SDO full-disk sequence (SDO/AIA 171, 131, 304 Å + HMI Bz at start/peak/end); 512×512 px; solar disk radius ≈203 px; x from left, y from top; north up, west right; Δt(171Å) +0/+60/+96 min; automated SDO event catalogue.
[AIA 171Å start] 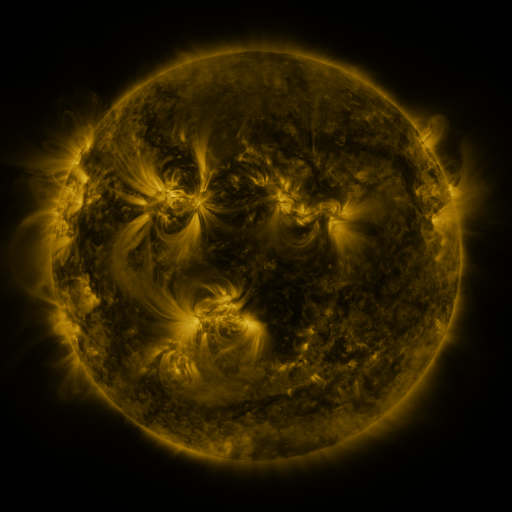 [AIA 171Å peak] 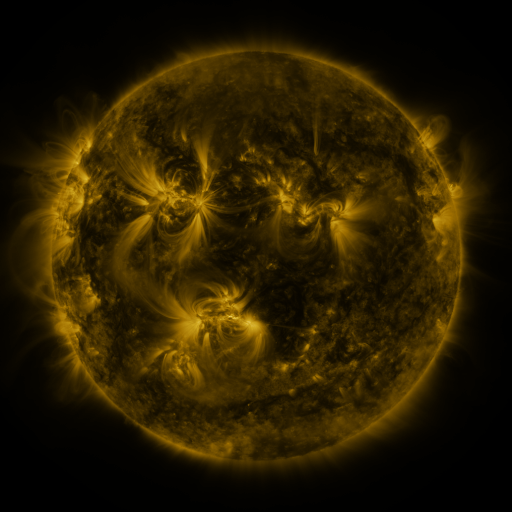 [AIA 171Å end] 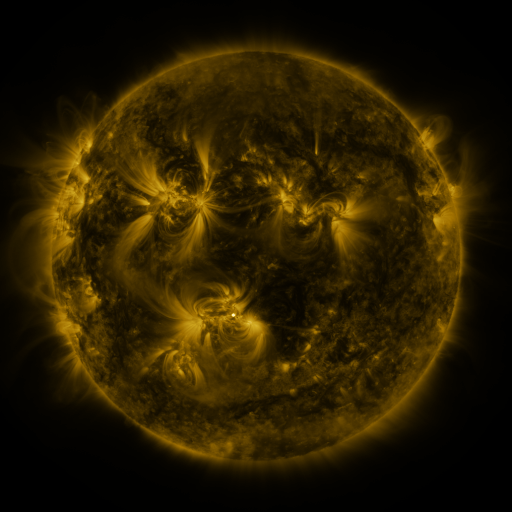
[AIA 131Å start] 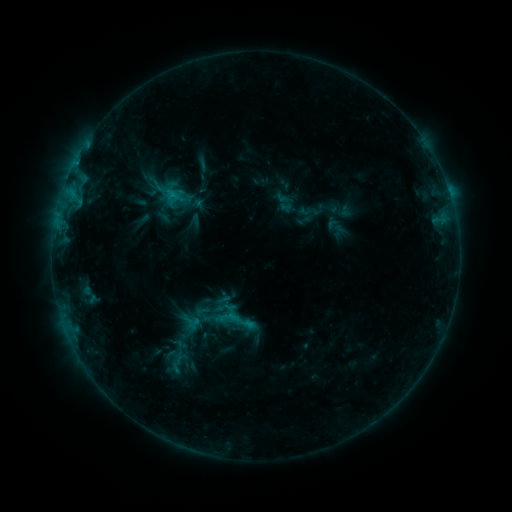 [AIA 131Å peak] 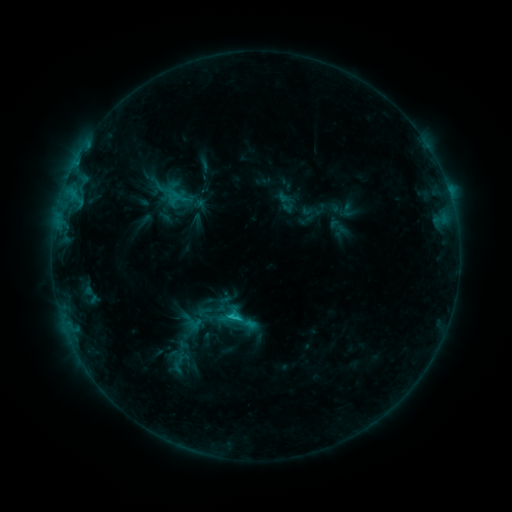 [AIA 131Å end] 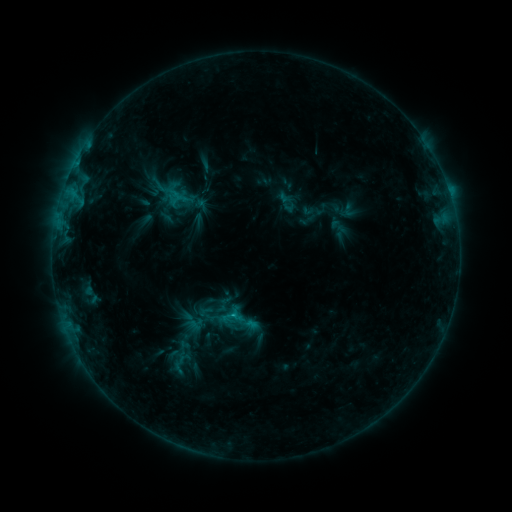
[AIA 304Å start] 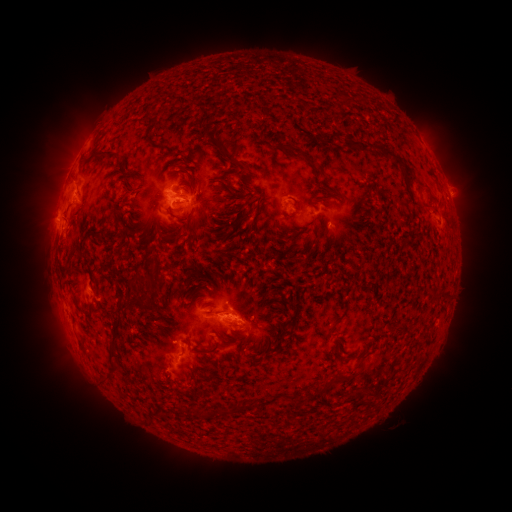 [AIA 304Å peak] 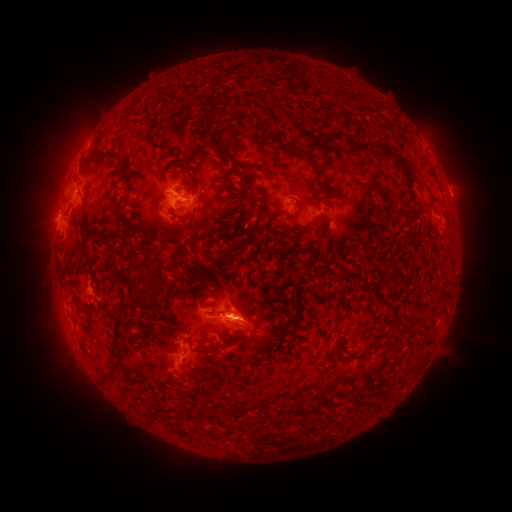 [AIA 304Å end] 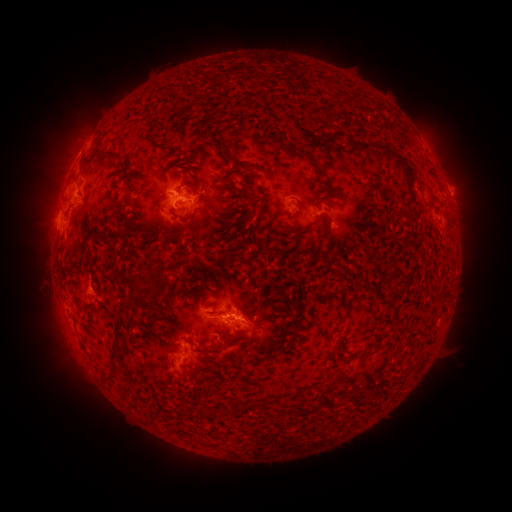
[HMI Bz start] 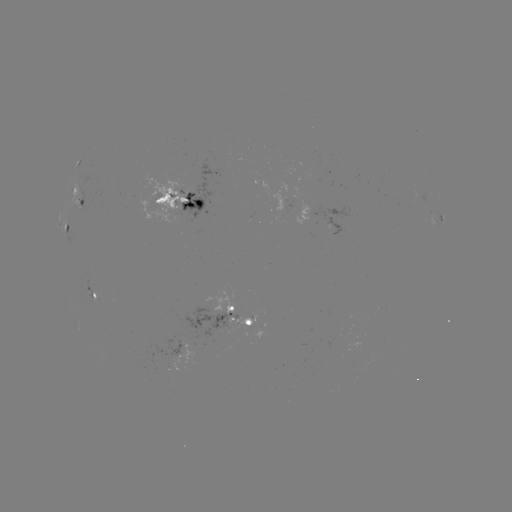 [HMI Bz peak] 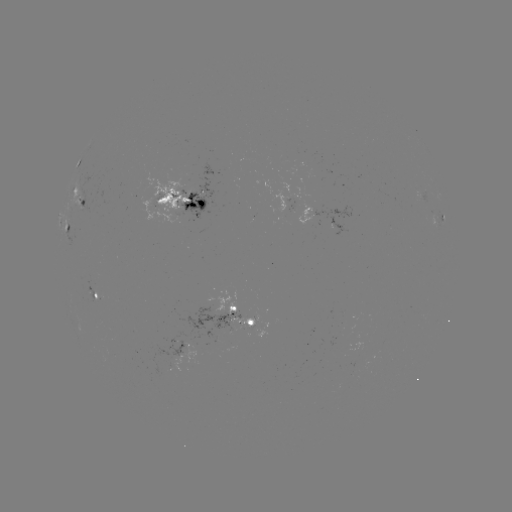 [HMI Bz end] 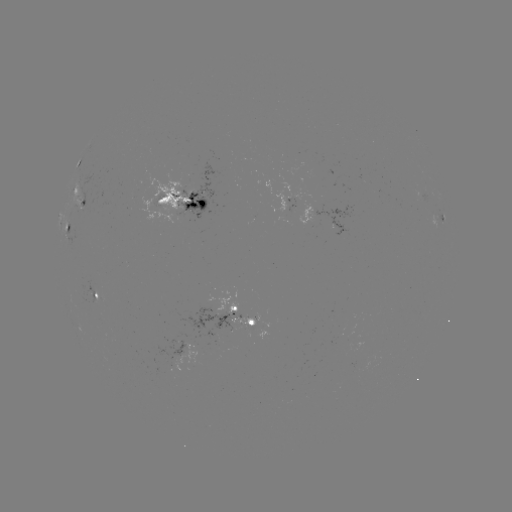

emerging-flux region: <bbox>269, 181, 308, 212</bbox>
